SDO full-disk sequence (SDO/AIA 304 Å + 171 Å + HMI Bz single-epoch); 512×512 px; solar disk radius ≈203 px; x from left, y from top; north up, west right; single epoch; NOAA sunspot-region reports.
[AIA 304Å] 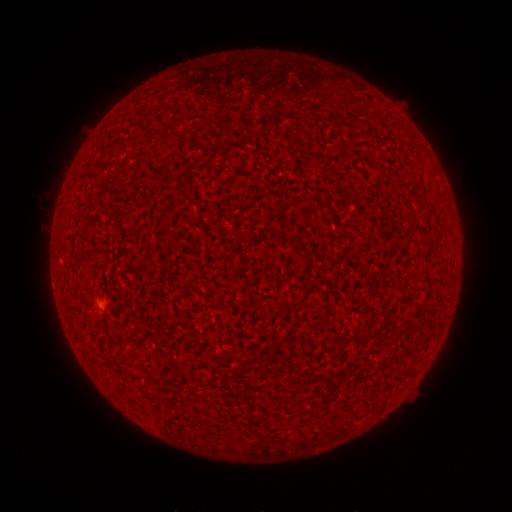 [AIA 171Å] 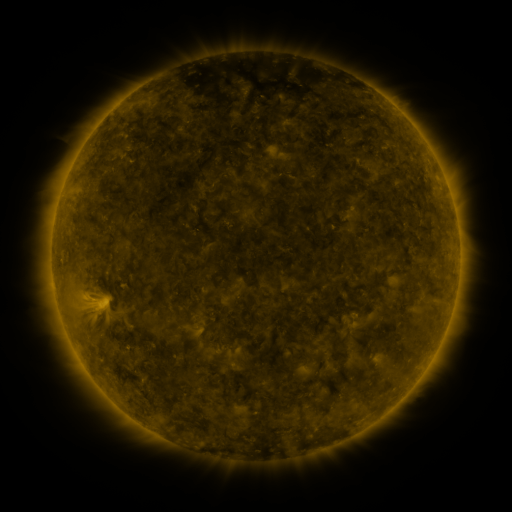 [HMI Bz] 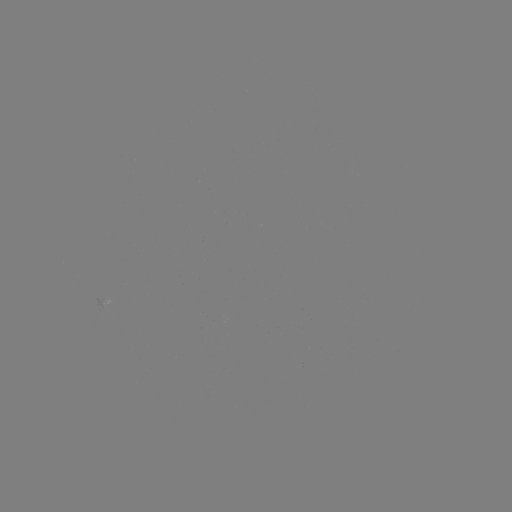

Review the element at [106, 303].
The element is spotted active region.